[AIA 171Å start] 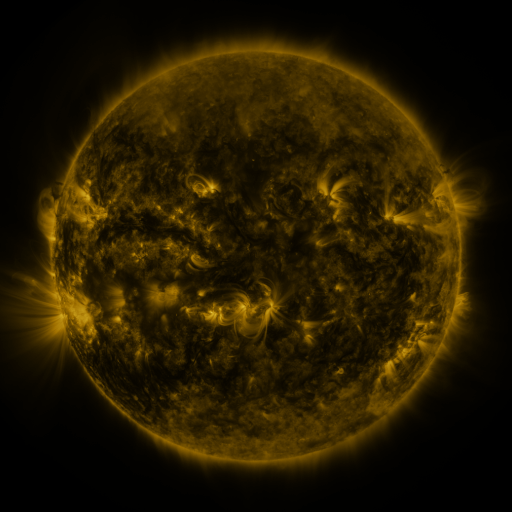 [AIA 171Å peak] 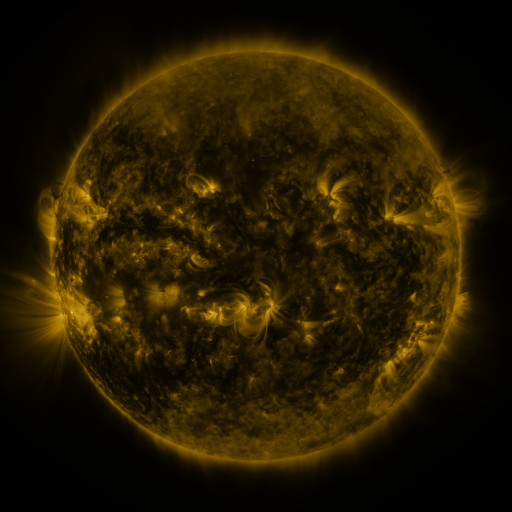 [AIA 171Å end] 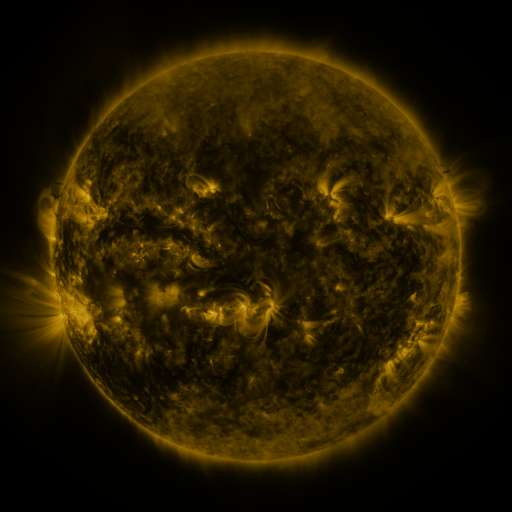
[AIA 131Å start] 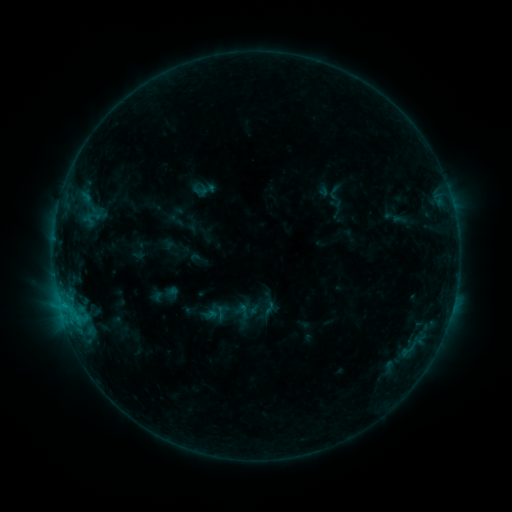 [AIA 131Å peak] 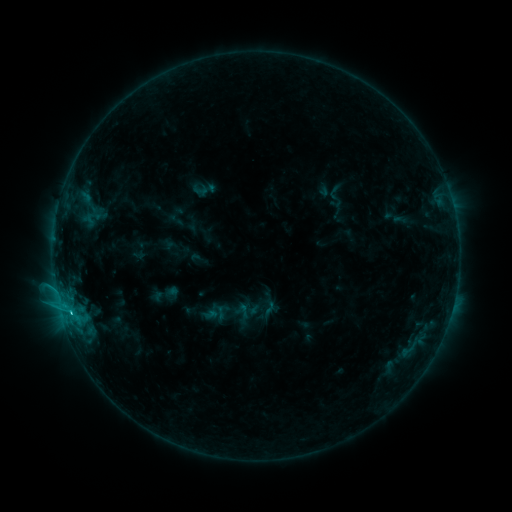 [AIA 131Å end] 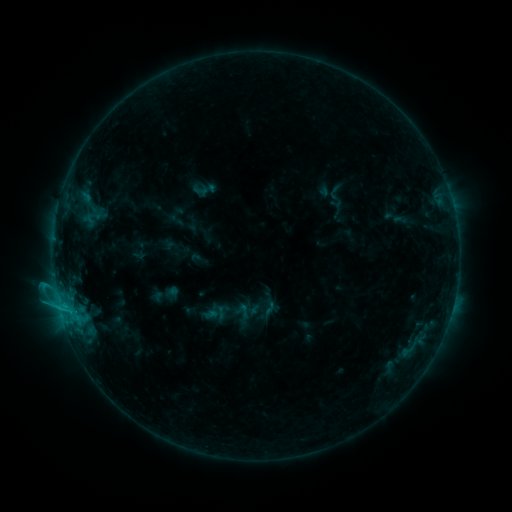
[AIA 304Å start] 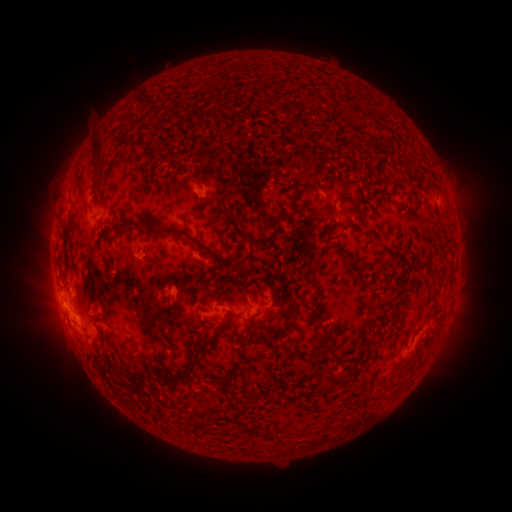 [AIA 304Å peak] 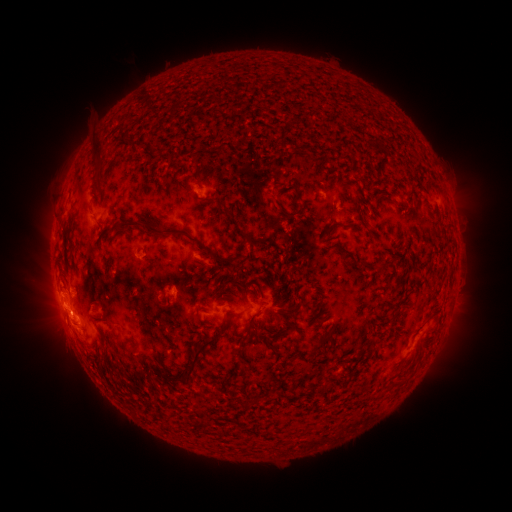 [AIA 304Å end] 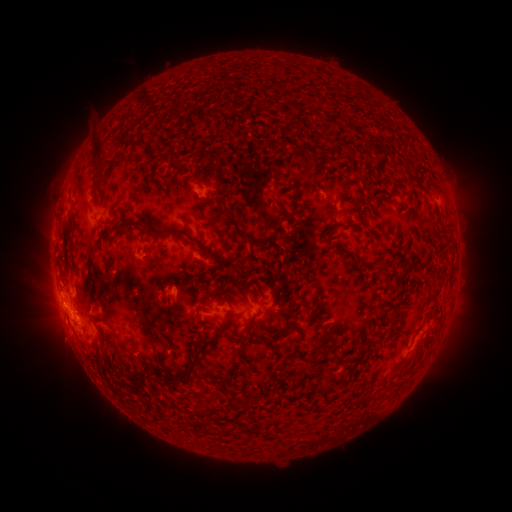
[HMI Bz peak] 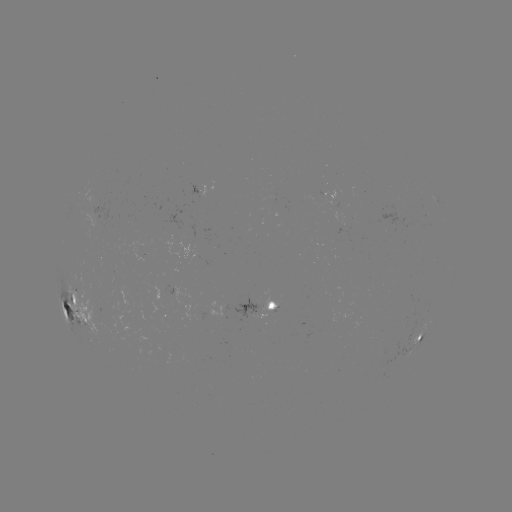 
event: flare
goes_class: C3.7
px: (72, 308)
